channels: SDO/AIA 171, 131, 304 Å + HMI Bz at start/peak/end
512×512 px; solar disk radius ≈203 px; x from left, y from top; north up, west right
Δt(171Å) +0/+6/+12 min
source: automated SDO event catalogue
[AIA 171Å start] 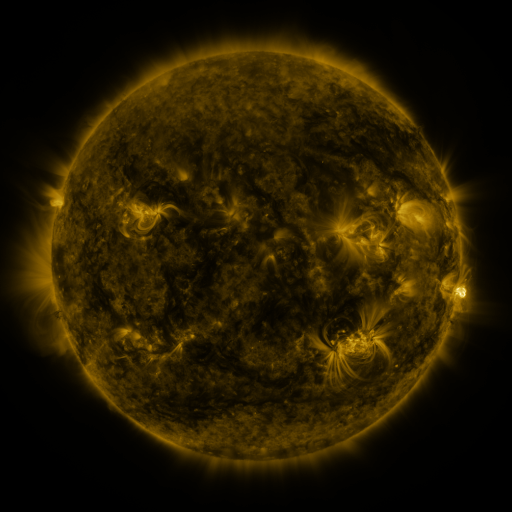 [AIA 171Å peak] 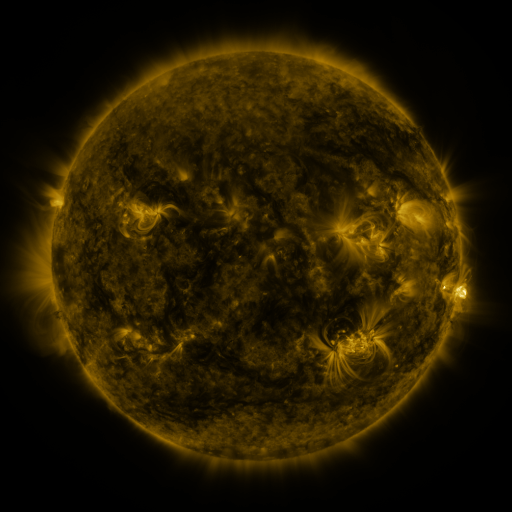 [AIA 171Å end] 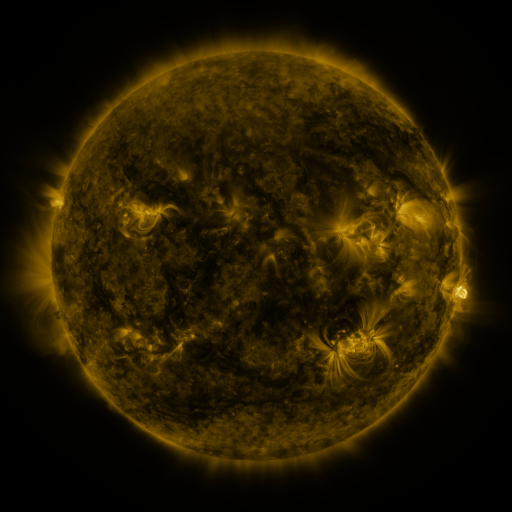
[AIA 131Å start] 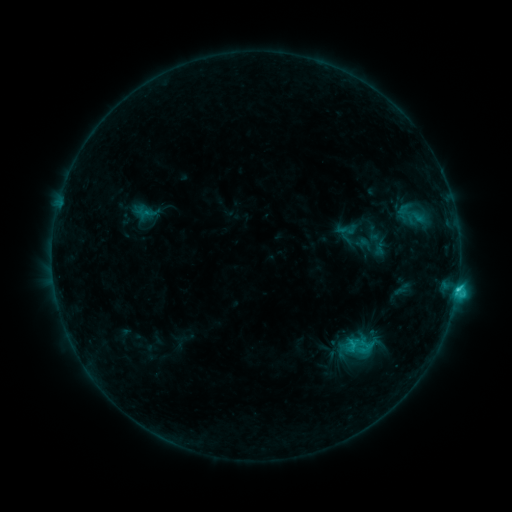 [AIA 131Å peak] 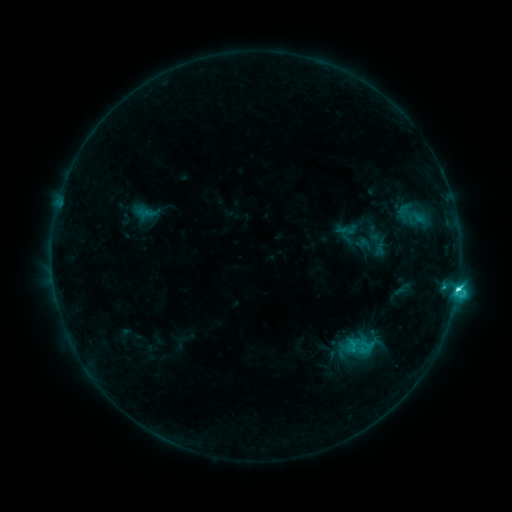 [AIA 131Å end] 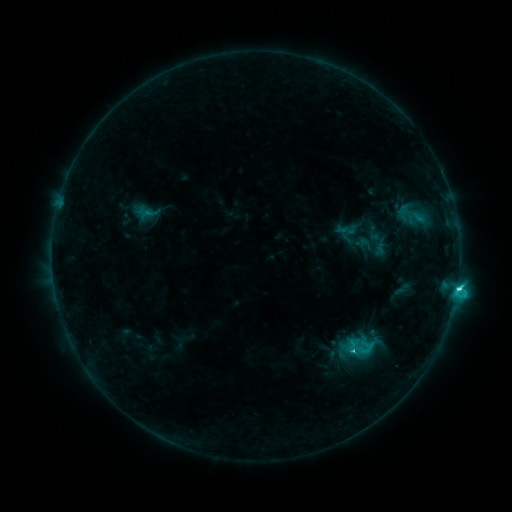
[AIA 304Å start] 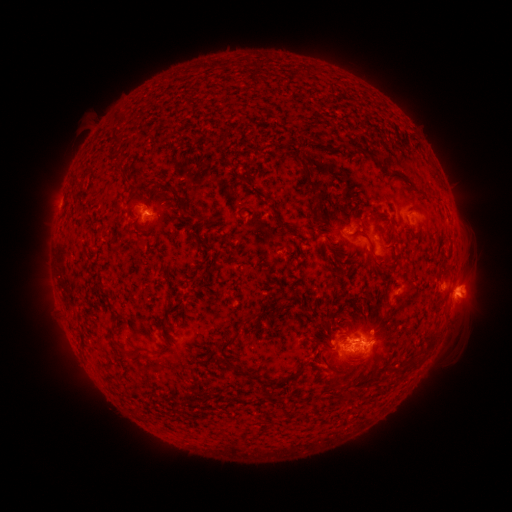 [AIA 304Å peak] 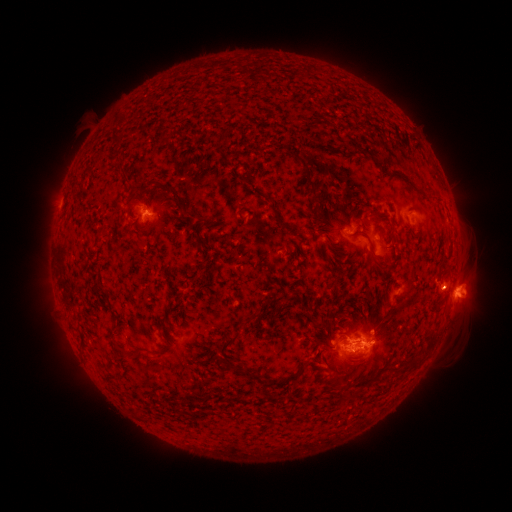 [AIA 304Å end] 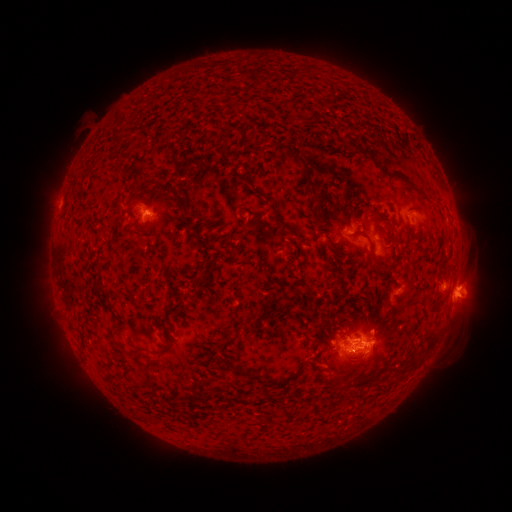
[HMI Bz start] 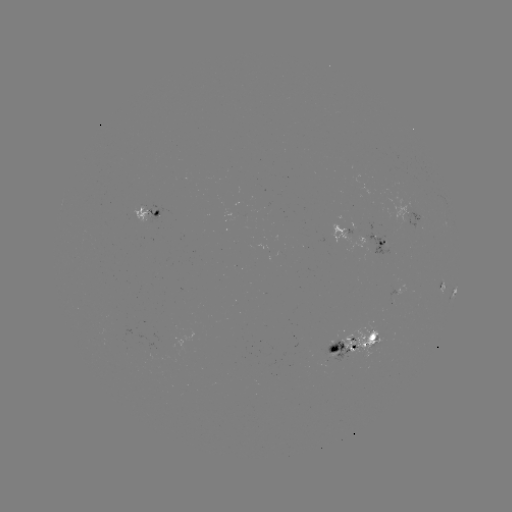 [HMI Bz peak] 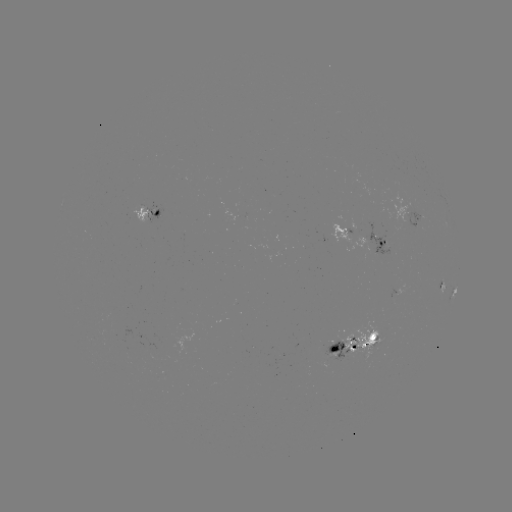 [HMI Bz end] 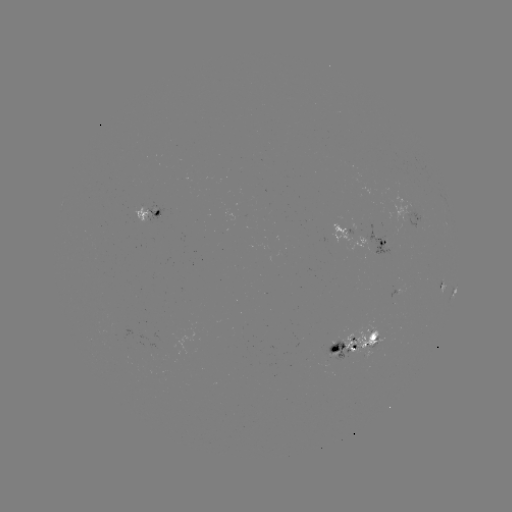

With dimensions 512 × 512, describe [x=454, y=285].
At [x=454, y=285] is C5.1 flare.